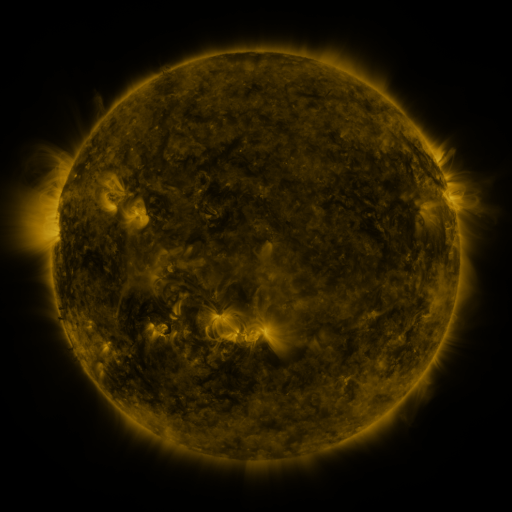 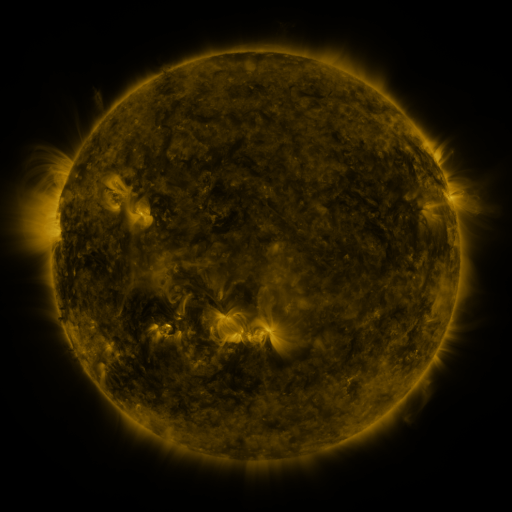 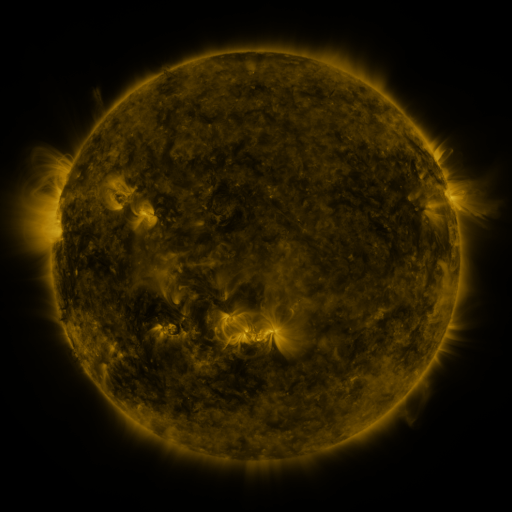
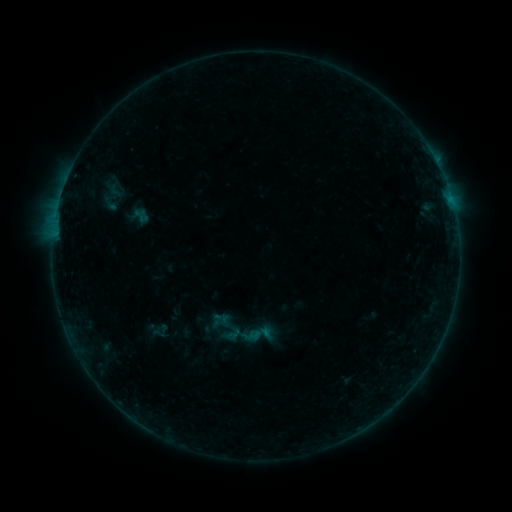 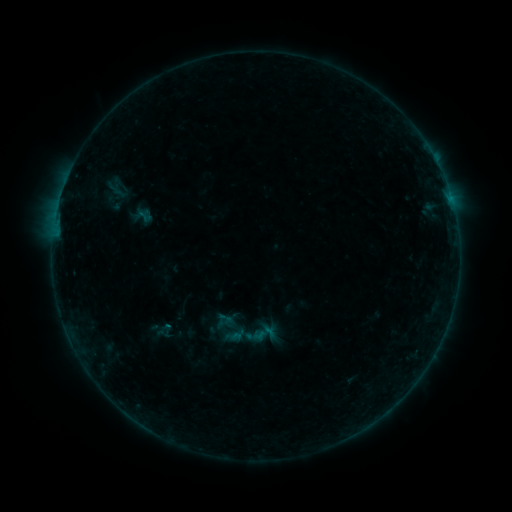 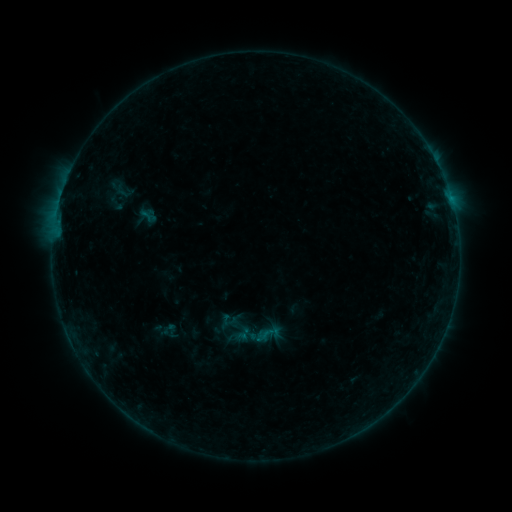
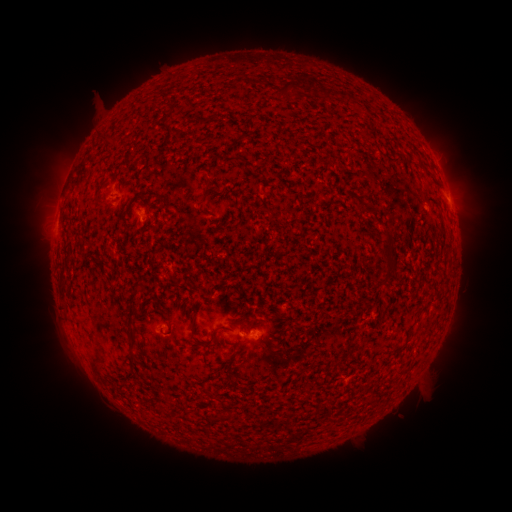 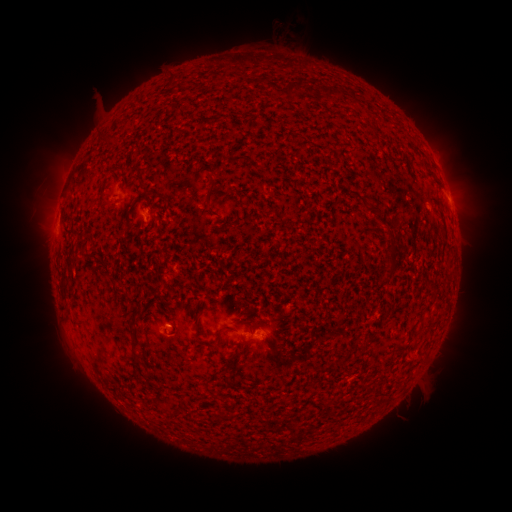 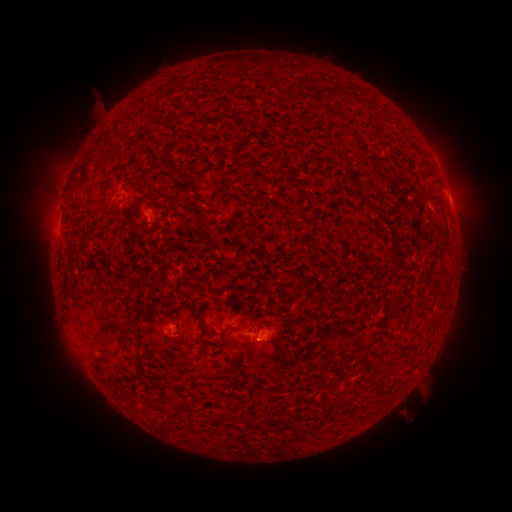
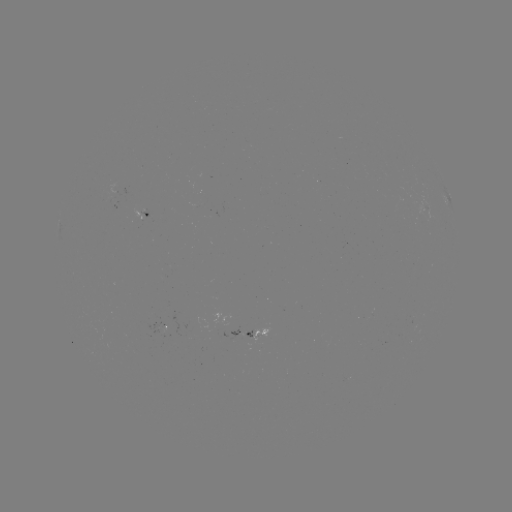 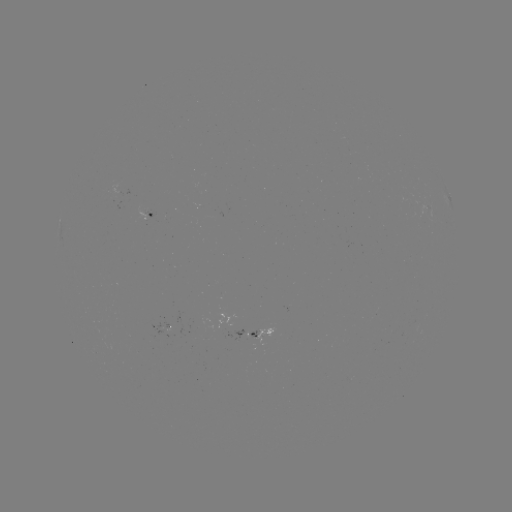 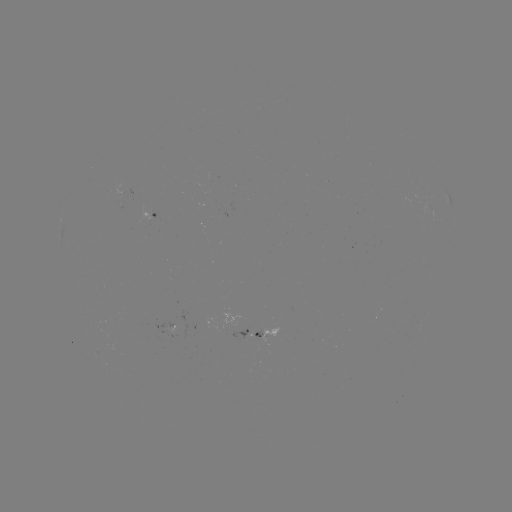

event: filament eruption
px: (133, 120)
